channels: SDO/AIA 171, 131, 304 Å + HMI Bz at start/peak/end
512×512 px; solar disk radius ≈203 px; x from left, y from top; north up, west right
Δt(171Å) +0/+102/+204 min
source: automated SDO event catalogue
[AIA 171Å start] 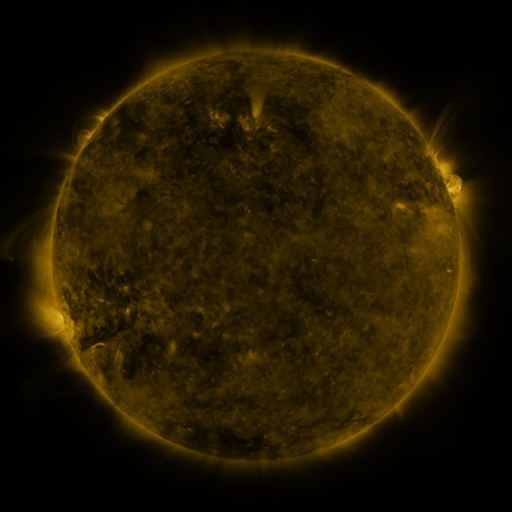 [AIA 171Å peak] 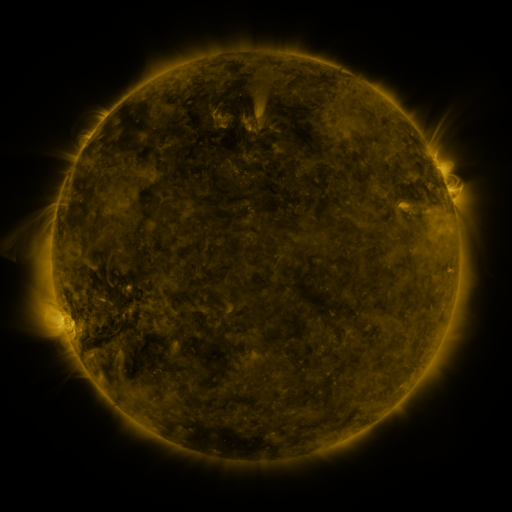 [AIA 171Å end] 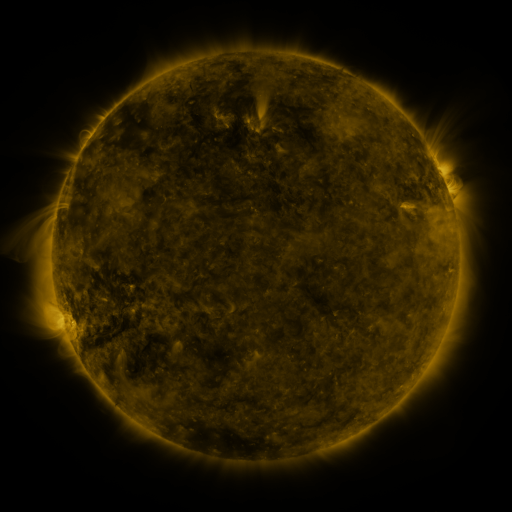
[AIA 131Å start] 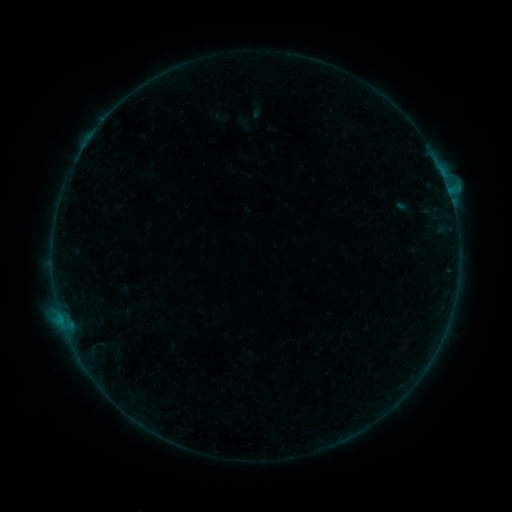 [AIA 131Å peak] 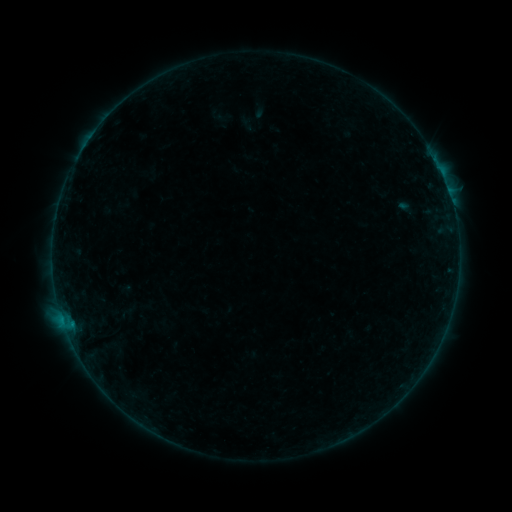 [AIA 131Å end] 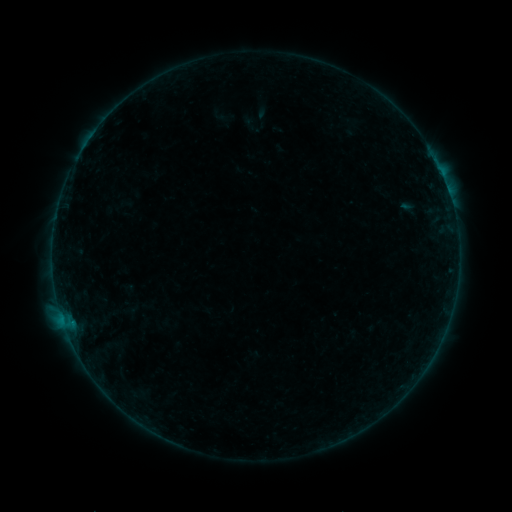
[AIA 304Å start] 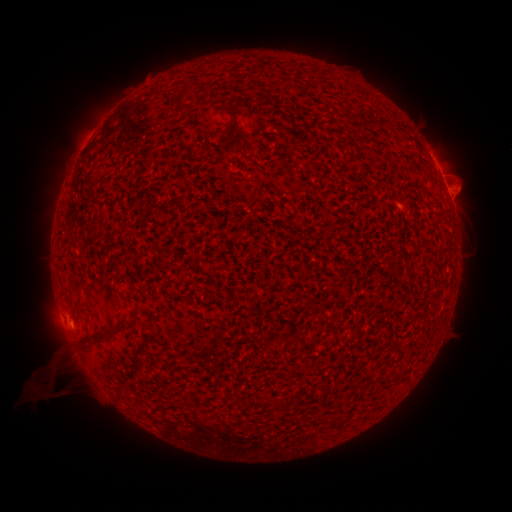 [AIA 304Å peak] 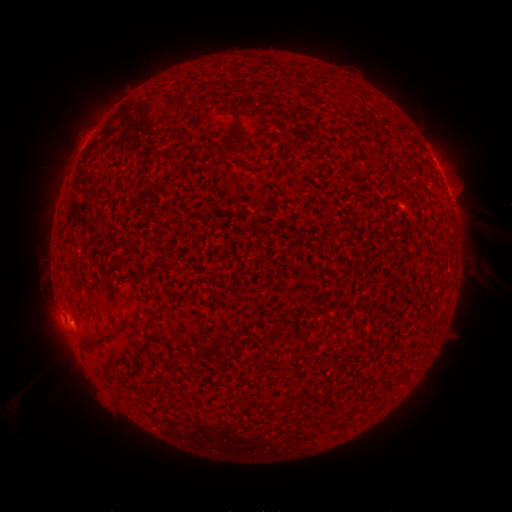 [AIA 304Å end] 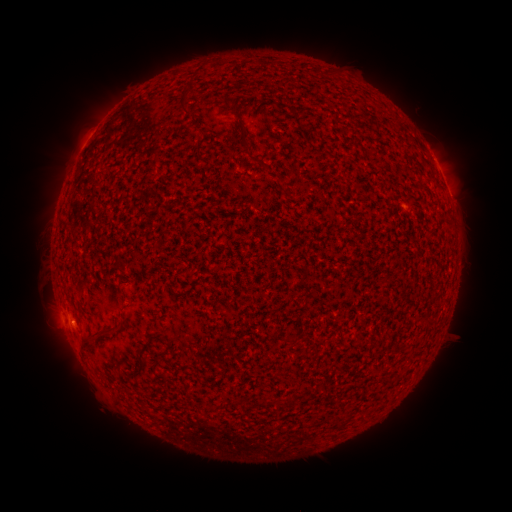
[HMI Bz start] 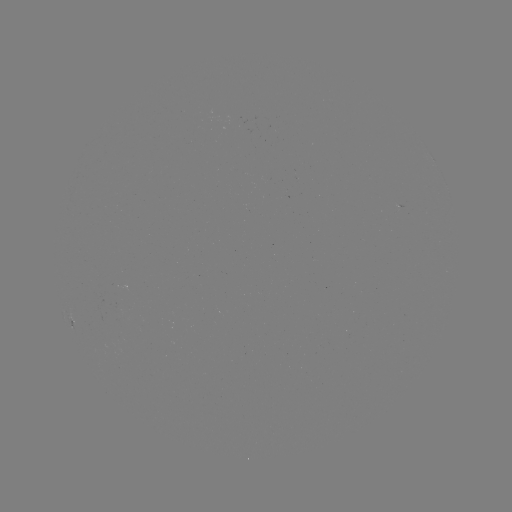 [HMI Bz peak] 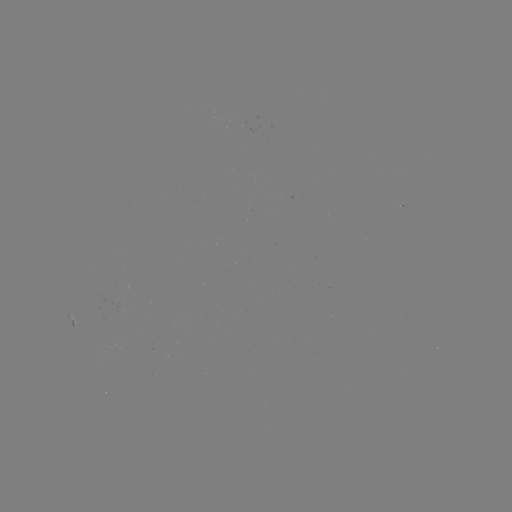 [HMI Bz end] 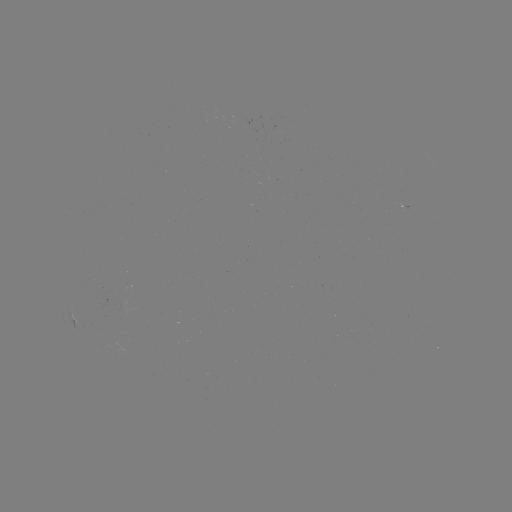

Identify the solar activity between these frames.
filament eruption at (415, 410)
